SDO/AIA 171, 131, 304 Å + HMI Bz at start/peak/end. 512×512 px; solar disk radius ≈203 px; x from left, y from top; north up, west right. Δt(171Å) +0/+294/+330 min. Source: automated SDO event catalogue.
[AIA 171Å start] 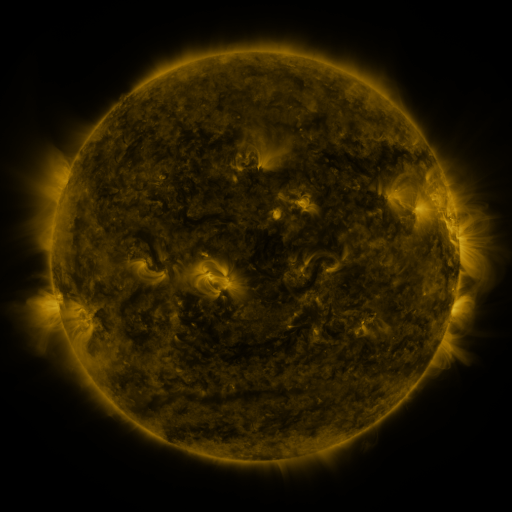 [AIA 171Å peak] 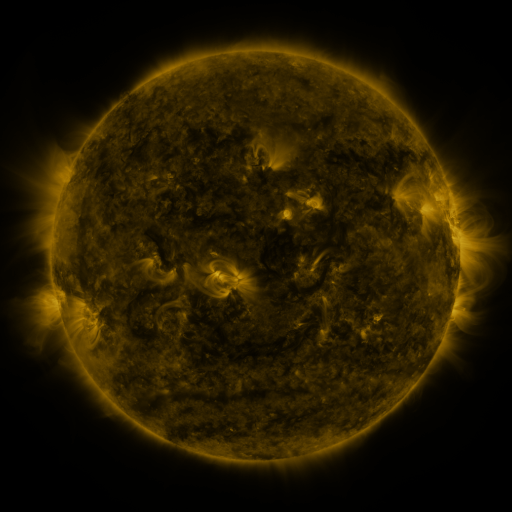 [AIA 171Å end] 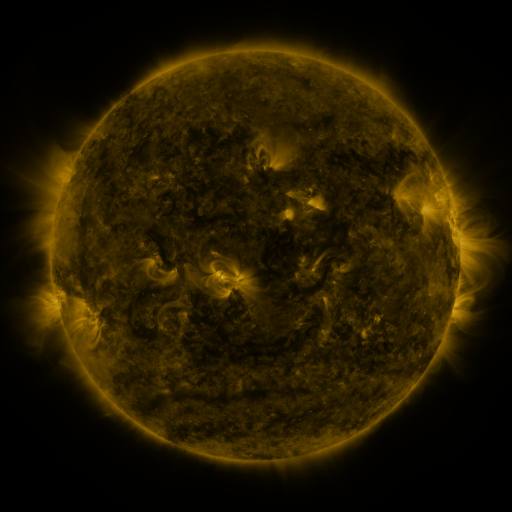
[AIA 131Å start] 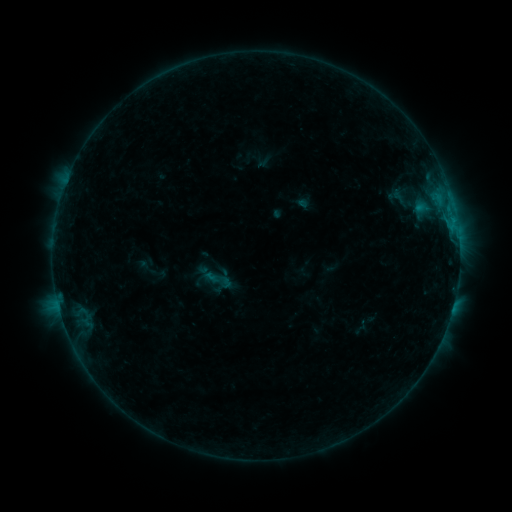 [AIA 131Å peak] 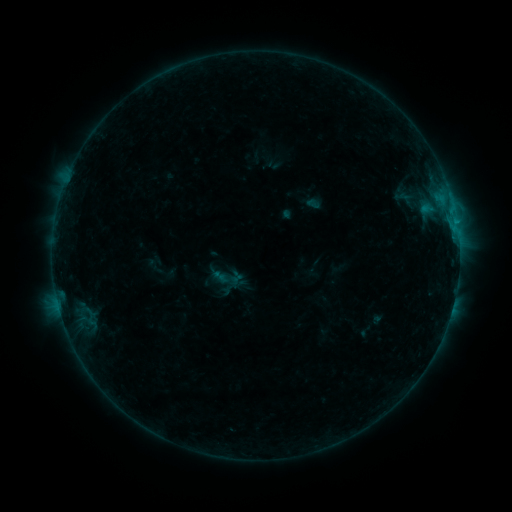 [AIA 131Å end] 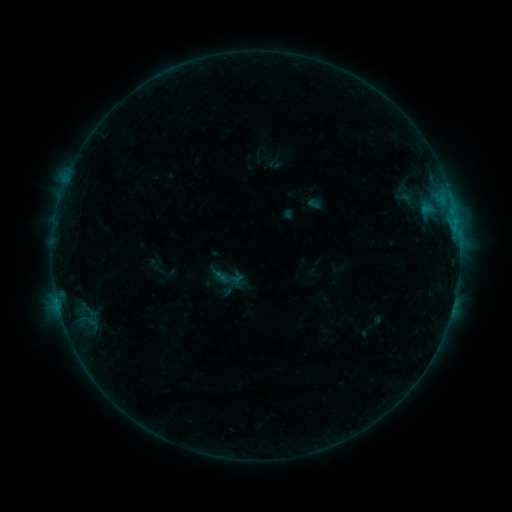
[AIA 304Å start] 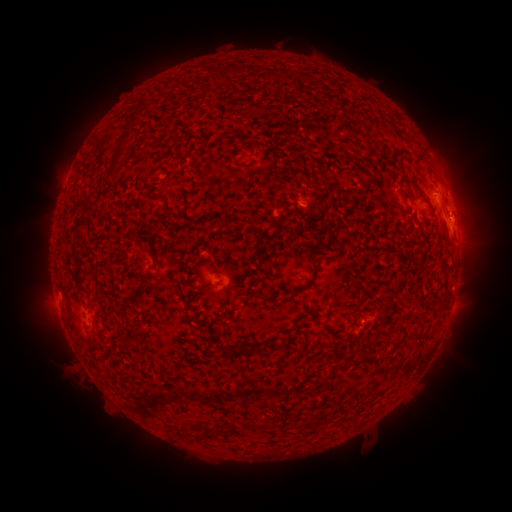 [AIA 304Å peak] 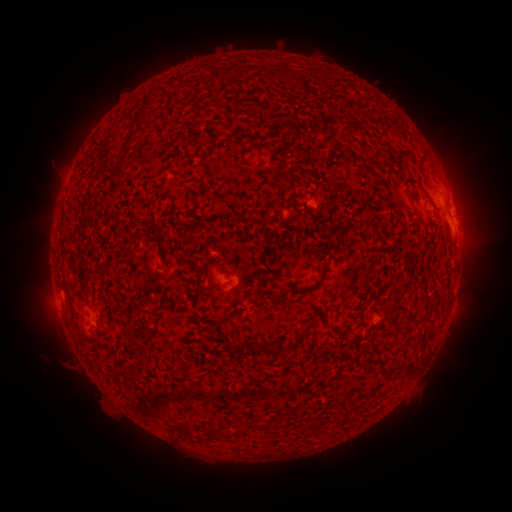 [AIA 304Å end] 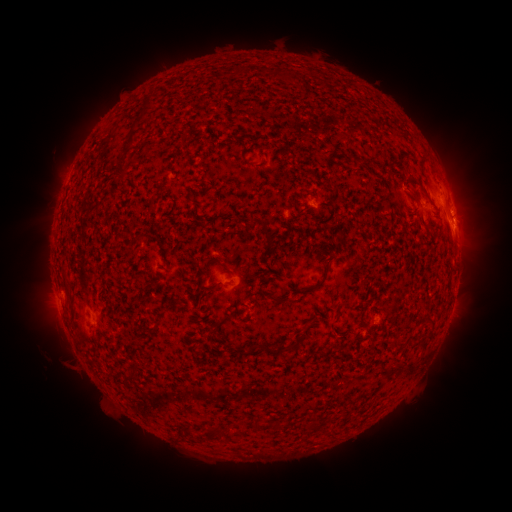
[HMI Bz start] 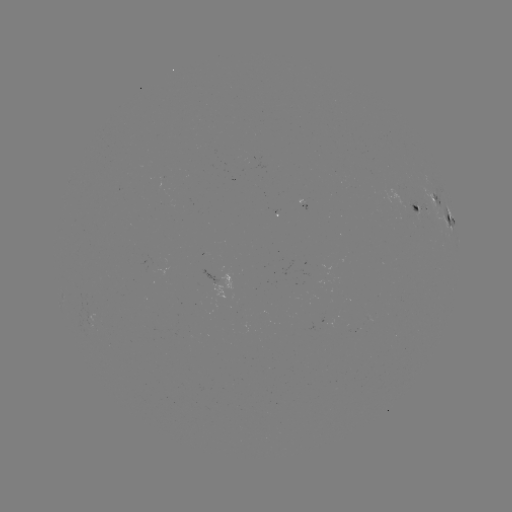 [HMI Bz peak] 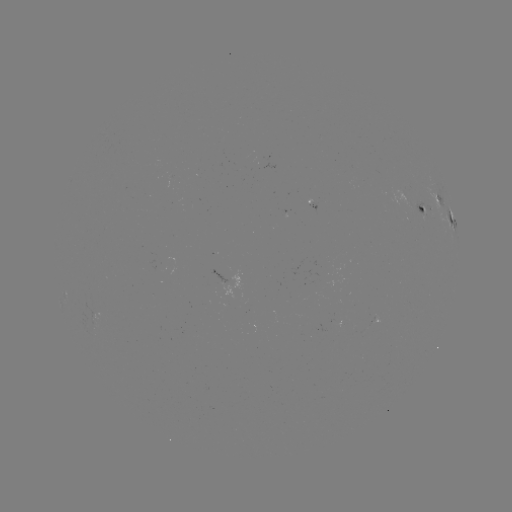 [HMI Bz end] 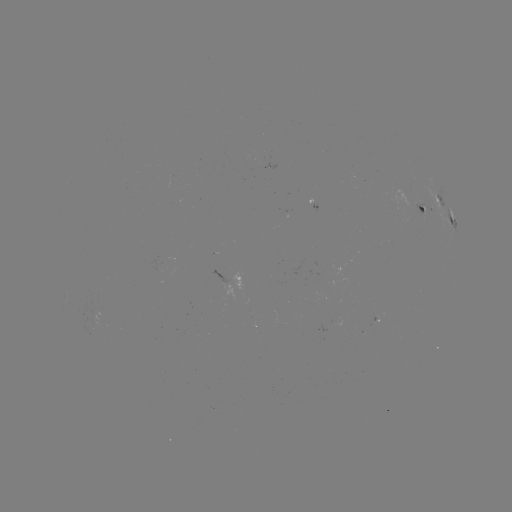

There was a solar emerging-flux region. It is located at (375, 319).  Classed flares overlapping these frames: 2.